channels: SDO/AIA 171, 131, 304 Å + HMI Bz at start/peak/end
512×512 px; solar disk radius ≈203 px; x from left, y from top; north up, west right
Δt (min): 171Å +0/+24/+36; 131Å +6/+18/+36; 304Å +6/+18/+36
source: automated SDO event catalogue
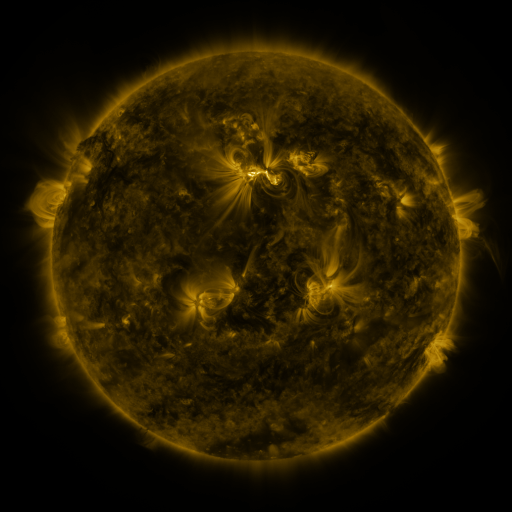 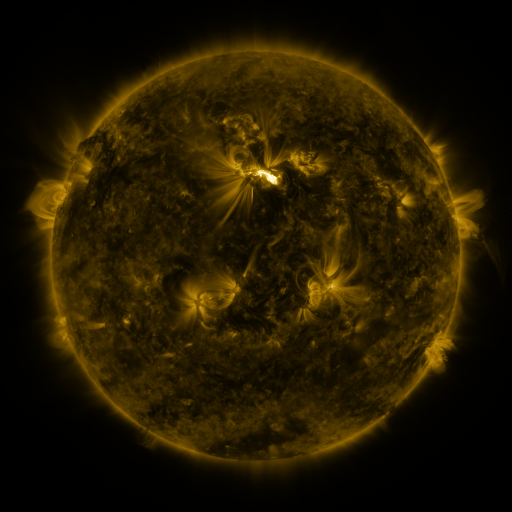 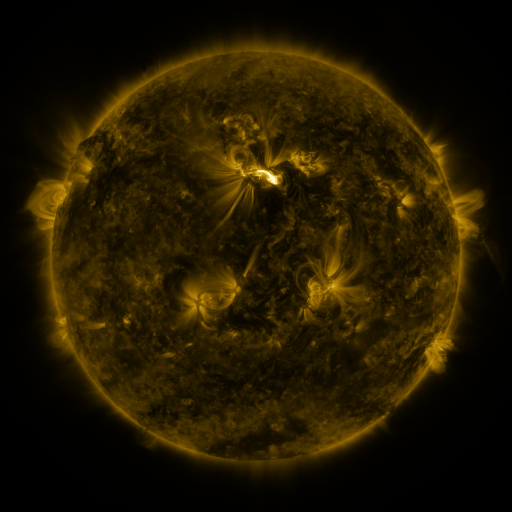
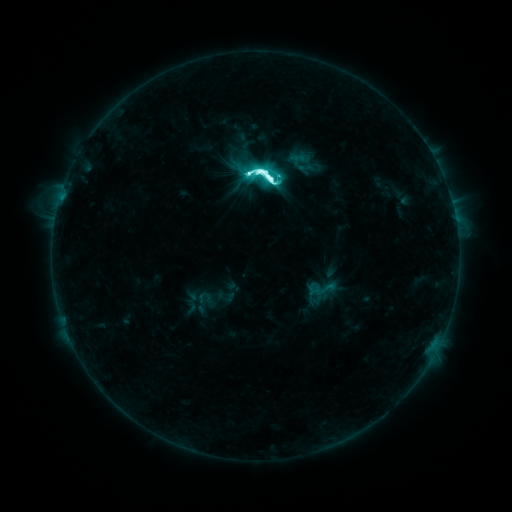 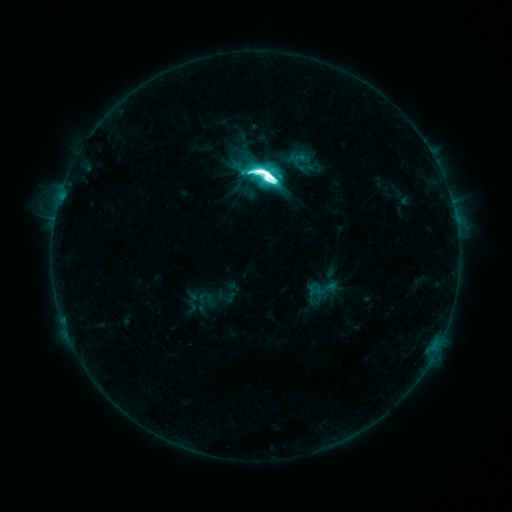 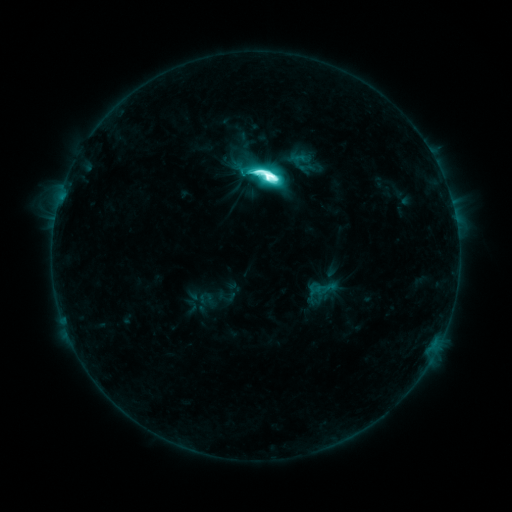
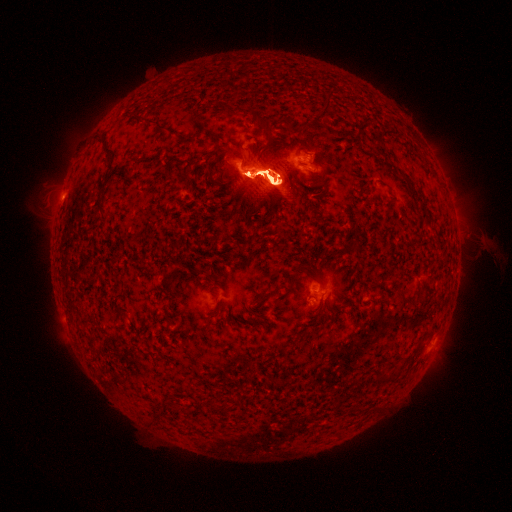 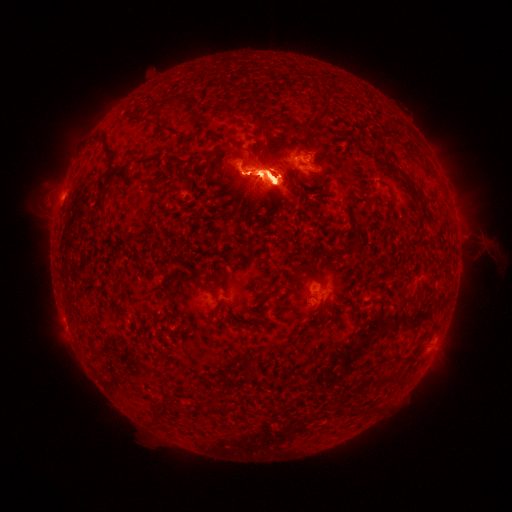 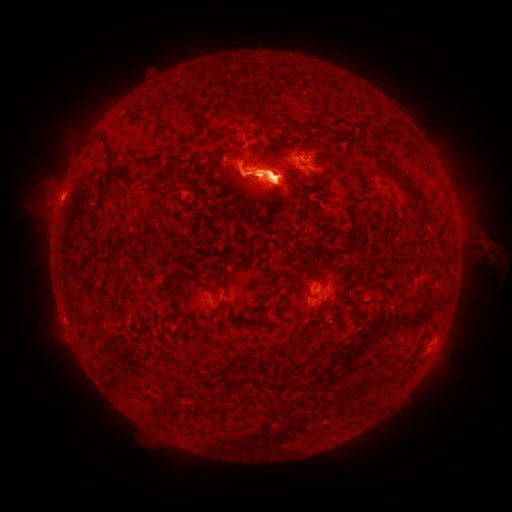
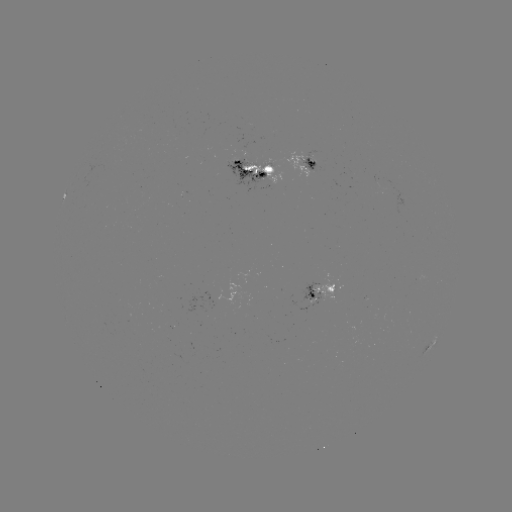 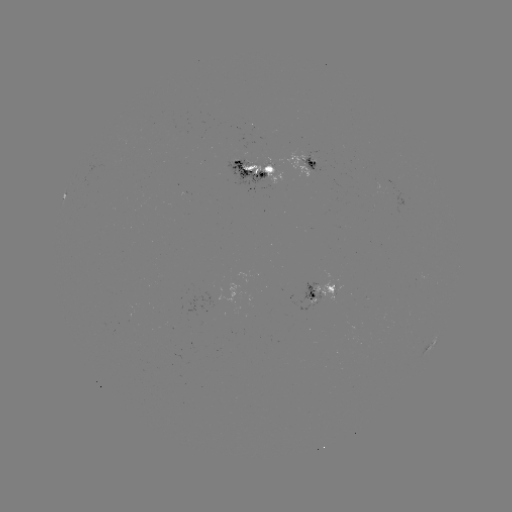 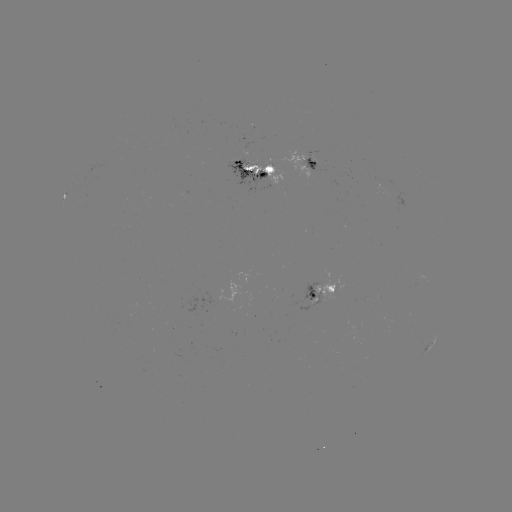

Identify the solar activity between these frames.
eruption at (272, 178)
